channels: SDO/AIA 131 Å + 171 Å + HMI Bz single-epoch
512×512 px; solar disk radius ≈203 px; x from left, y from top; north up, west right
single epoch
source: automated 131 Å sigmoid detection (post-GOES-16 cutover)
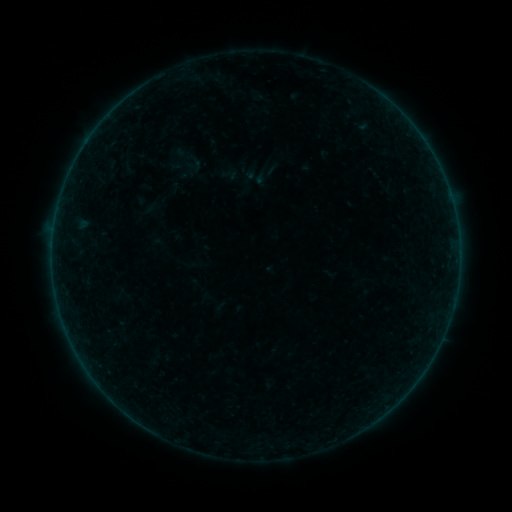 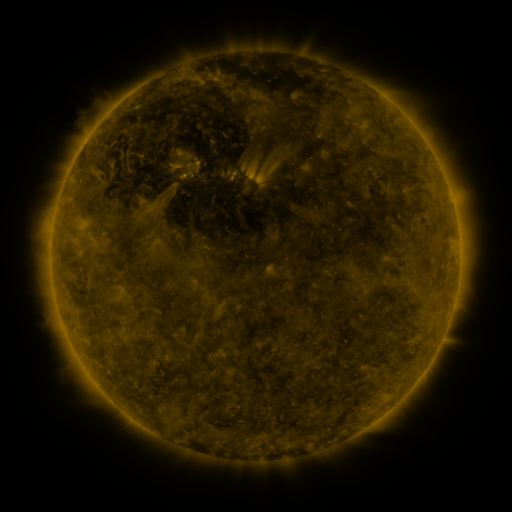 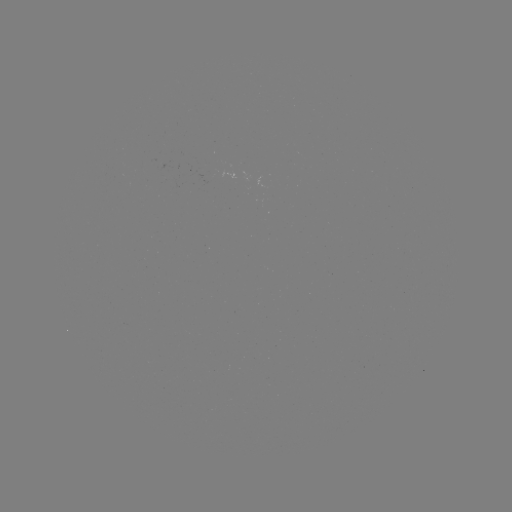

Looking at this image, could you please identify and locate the sigmoid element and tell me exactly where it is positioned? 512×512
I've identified sigmoid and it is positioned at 193,165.